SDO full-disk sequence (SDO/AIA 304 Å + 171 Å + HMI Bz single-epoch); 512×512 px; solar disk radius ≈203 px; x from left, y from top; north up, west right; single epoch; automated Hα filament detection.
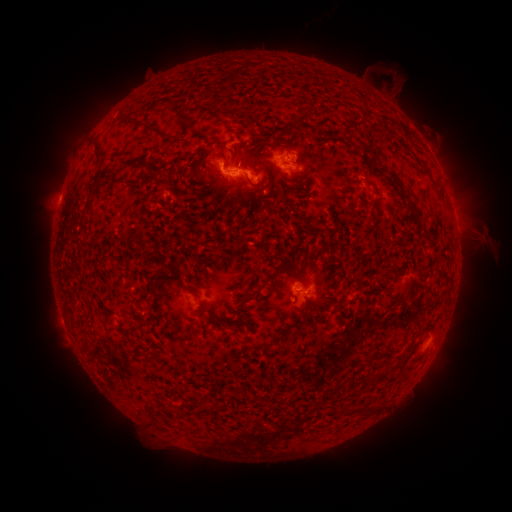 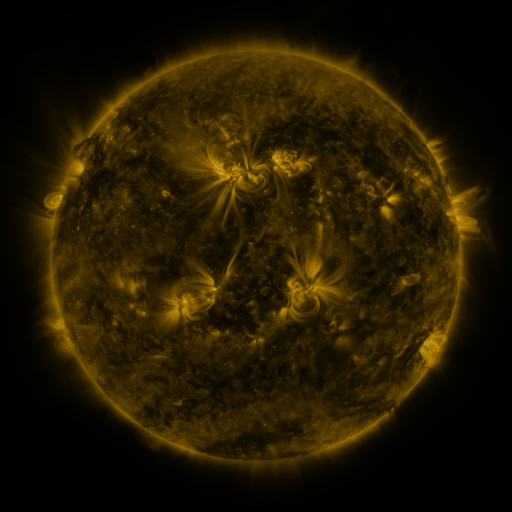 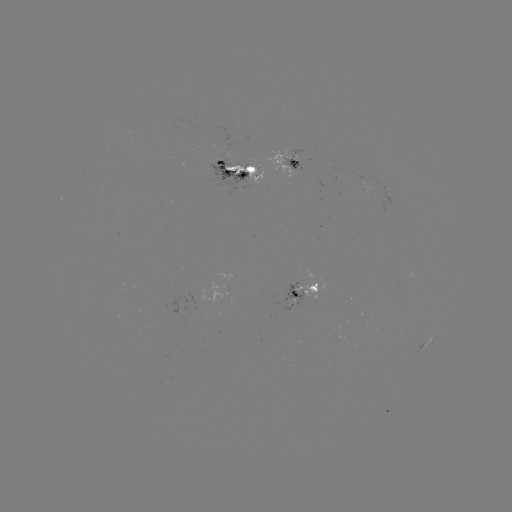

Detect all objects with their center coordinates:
filament: (311, 107)
filament: (142, 124)
filament: (248, 124)
filament: (221, 143)
filament: (98, 149)
filament: (200, 156)
filament: (100, 171)
filament: (393, 177)
filament: (124, 182)
filament: (88, 203)
filament: (374, 204)
filament: (411, 206)
filament: (214, 246)
filament: (154, 279)
filament: (273, 281)
filament: (165, 285)
filament: (248, 297)
filament: (395, 300)
filament: (194, 314)
filament: (151, 316)
filament: (306, 318)
filament: (86, 345)
filament: (206, 407)
filament: (377, 408)
